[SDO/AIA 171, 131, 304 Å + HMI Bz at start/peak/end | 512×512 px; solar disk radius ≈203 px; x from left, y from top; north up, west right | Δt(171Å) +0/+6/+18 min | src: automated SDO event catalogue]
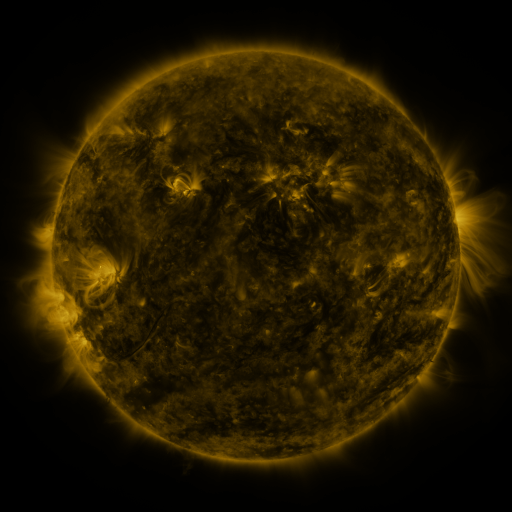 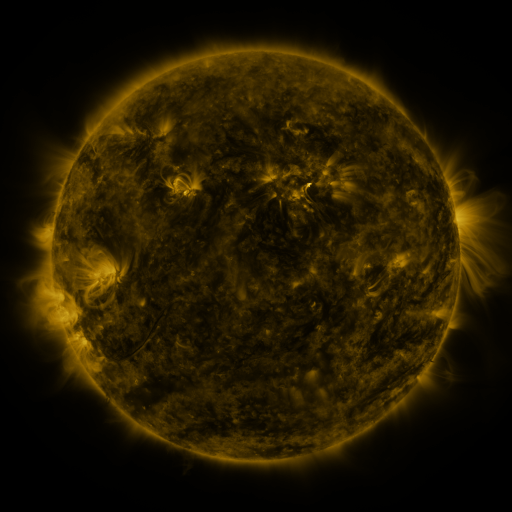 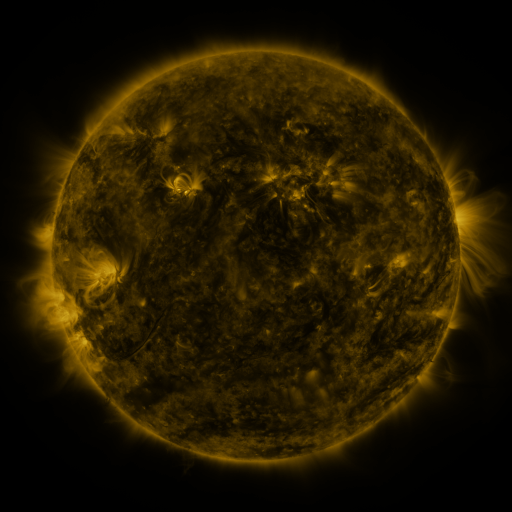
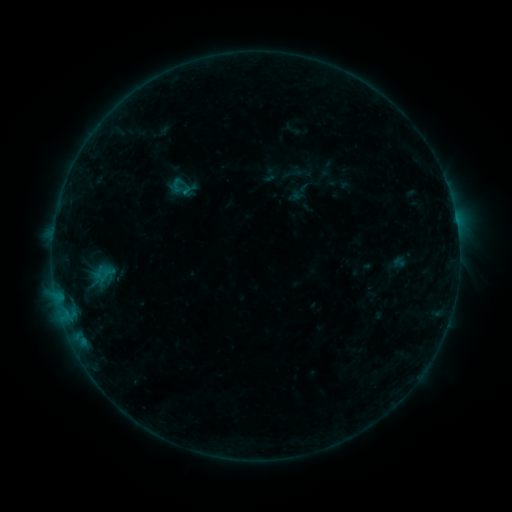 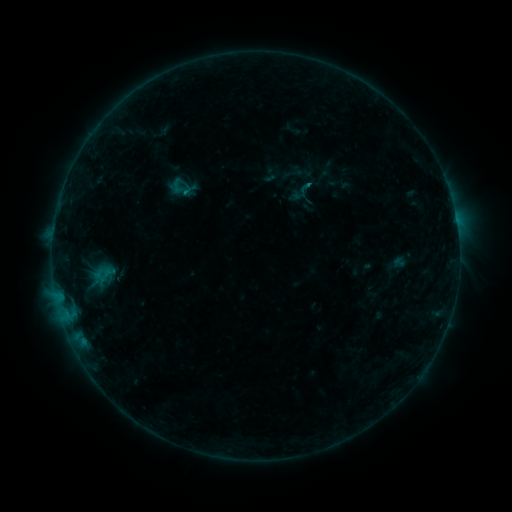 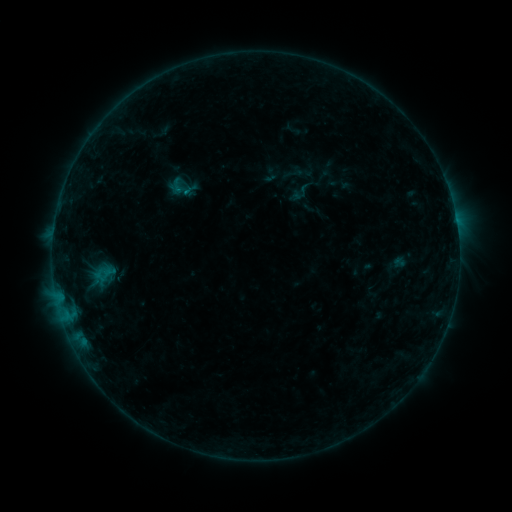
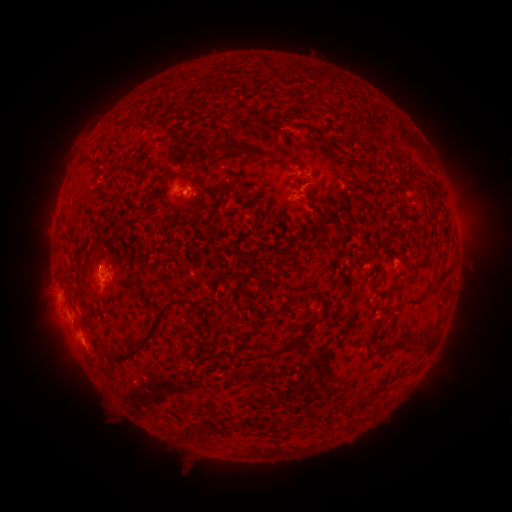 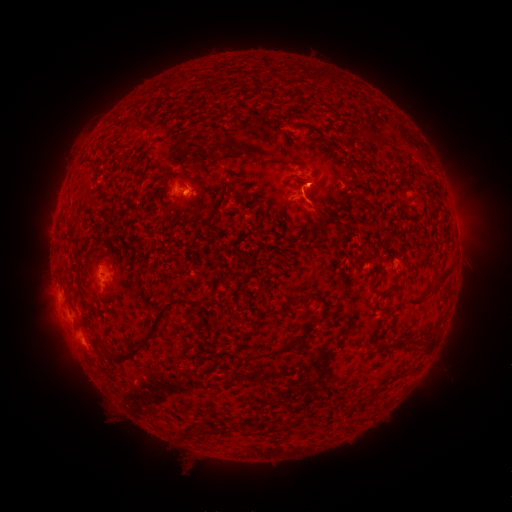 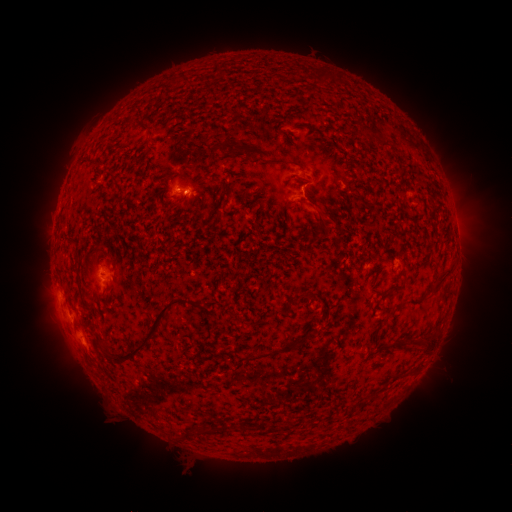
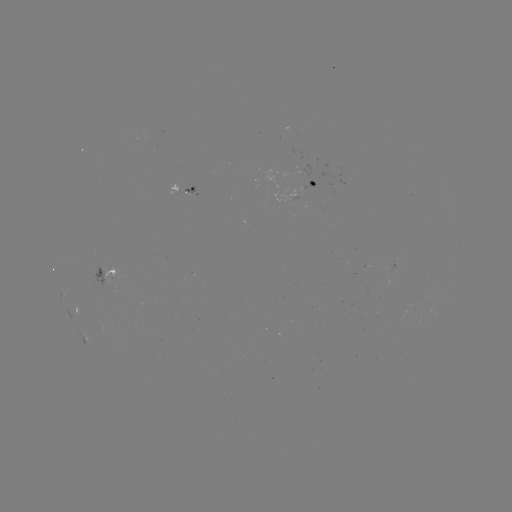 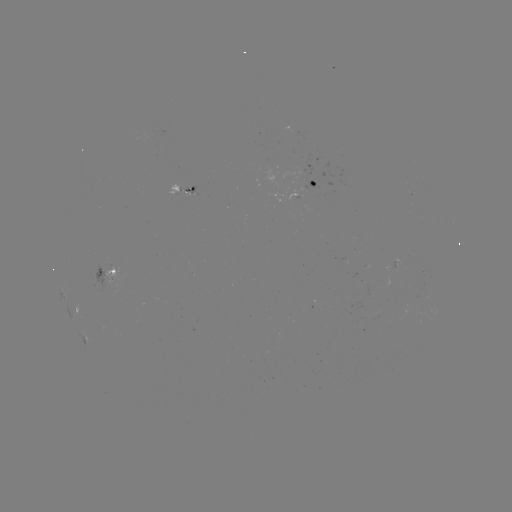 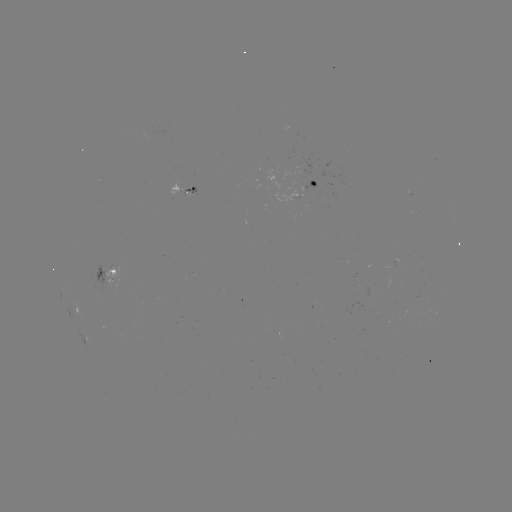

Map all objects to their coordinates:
eruption: (318, 205)
